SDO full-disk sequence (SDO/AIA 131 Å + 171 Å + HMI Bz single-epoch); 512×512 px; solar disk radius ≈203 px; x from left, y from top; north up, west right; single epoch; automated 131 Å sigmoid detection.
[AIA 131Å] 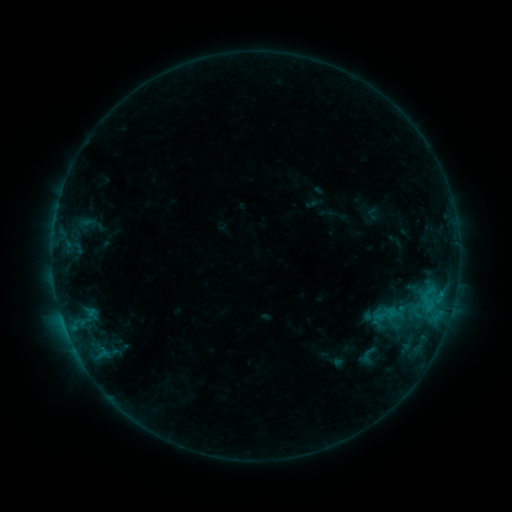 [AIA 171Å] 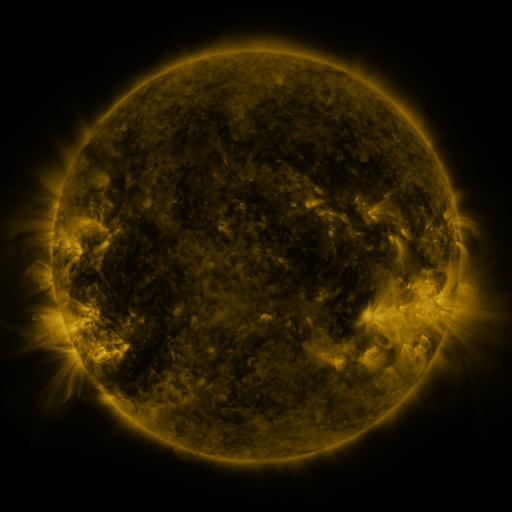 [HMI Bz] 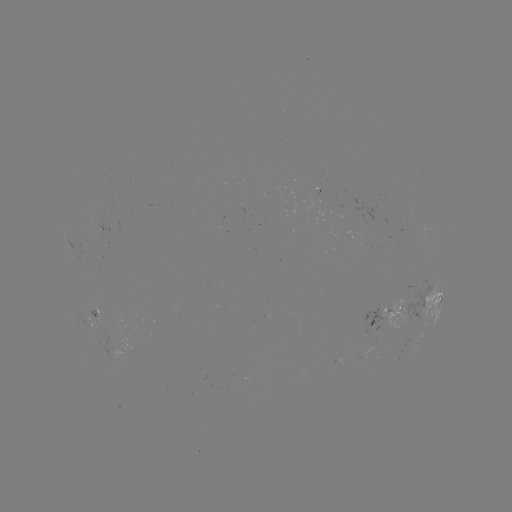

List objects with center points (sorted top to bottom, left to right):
sigmoid: [374, 302, 398, 327]
